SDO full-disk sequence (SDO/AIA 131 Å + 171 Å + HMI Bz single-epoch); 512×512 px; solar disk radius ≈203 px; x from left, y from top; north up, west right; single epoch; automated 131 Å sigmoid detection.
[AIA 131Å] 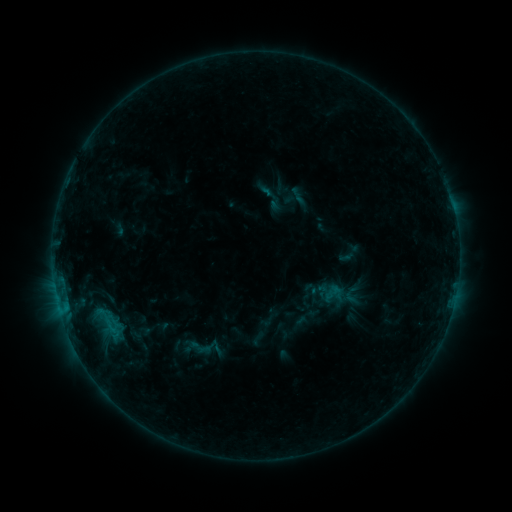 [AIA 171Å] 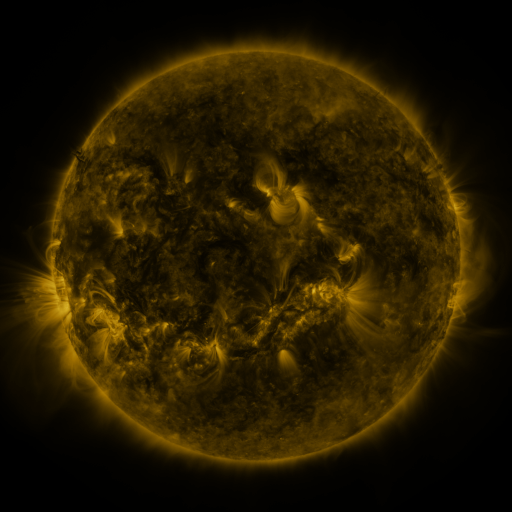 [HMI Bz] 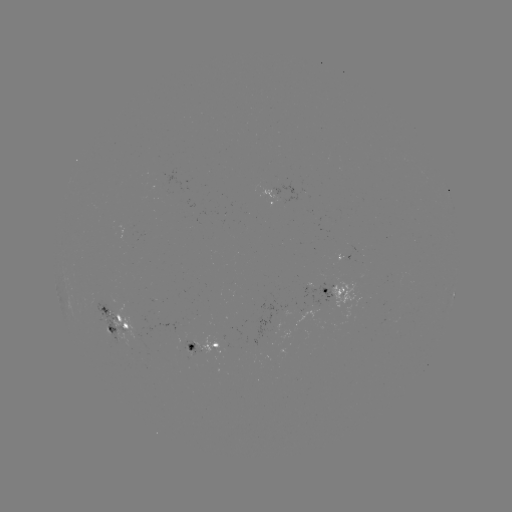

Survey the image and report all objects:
sigmoid: (305, 281, 320, 296)
sigmoid: (185, 337, 214, 359)
